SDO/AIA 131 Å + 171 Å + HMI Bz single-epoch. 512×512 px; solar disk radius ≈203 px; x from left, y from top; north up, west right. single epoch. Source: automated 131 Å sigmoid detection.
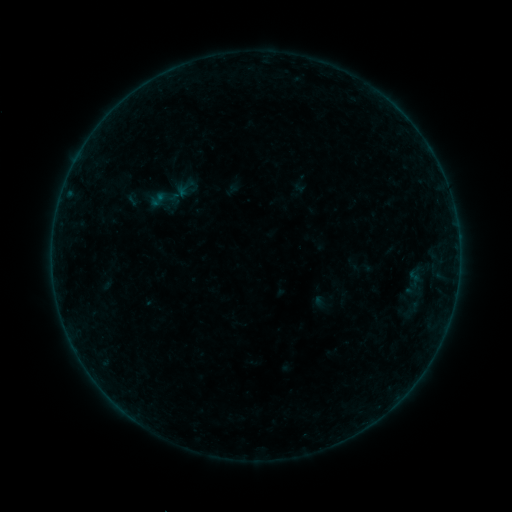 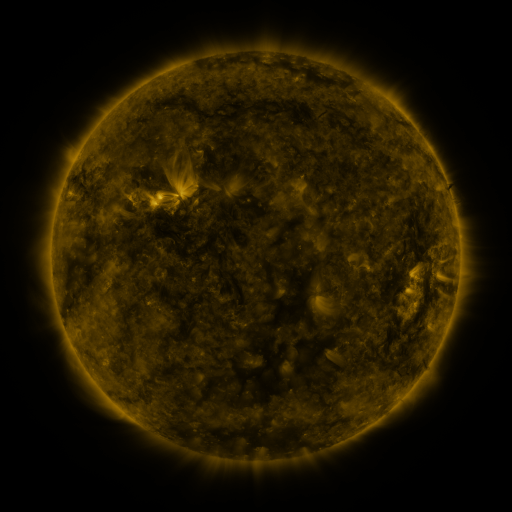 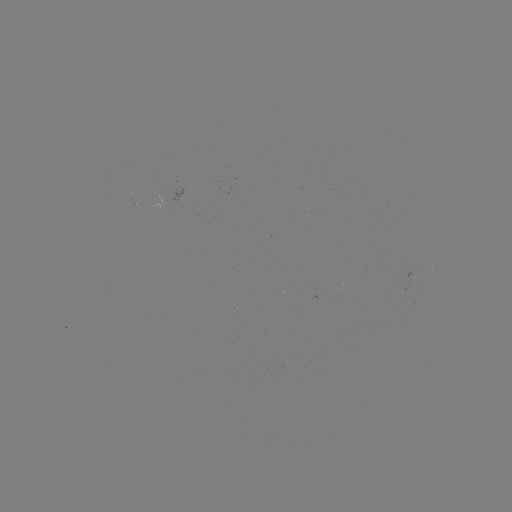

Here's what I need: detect sigmoid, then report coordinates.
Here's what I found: sigmoid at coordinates [361, 267].